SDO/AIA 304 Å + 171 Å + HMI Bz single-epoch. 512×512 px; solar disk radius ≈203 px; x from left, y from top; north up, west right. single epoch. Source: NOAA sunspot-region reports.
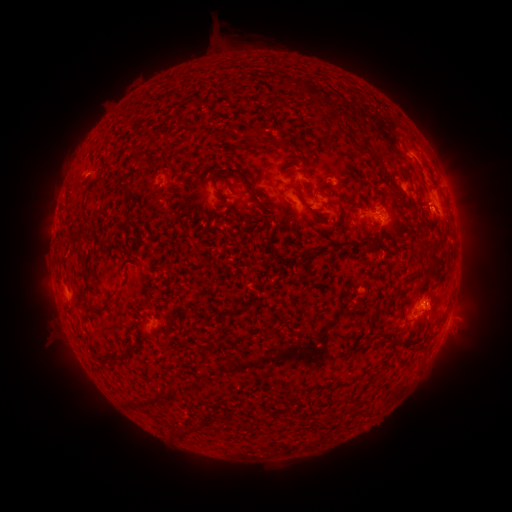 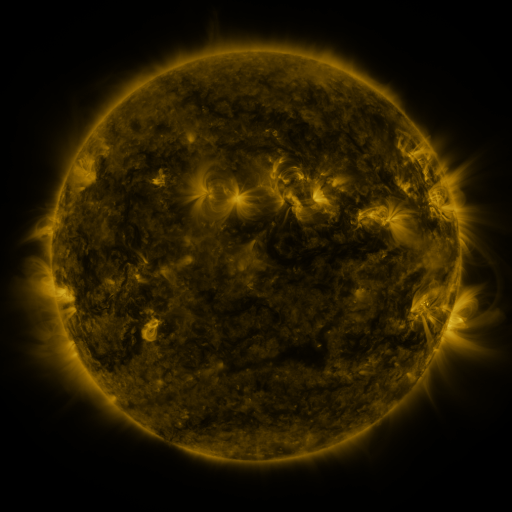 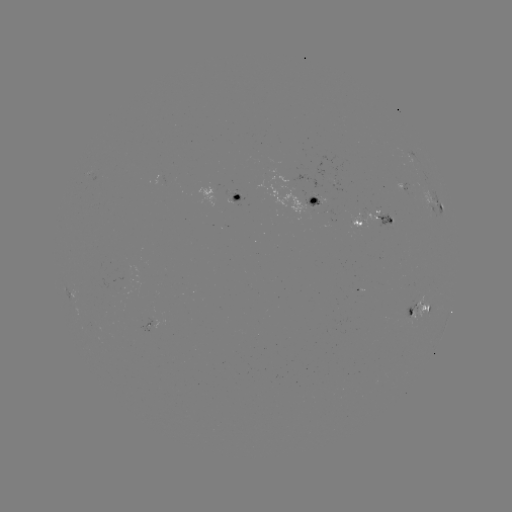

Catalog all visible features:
spotted active region: (404, 187)
spotted active region: (238, 196)
spotted active region: (314, 200)
spotted active region: (434, 203)
spotted active region: (375, 221)
spotted active region: (417, 308)
